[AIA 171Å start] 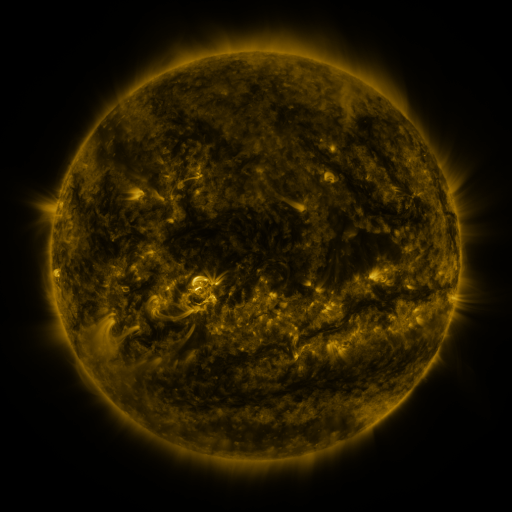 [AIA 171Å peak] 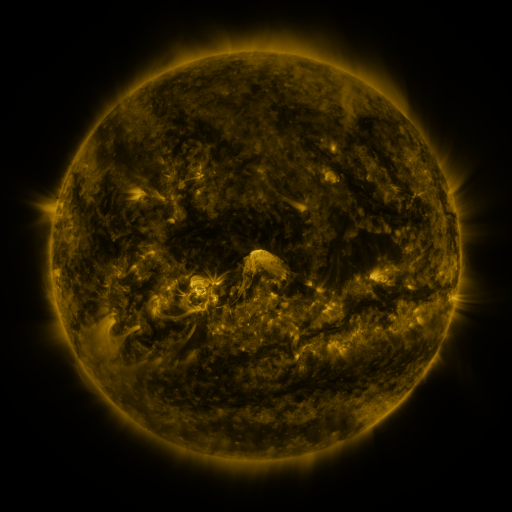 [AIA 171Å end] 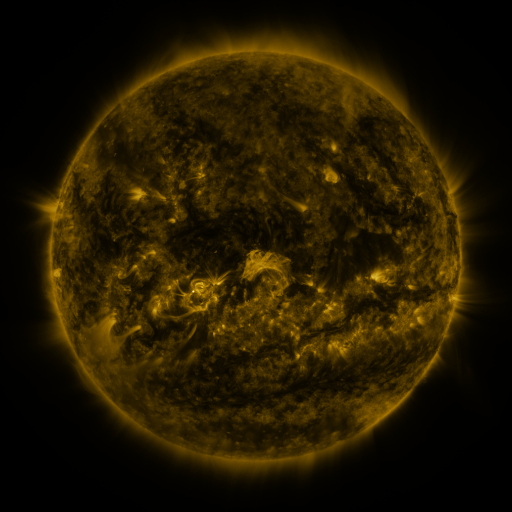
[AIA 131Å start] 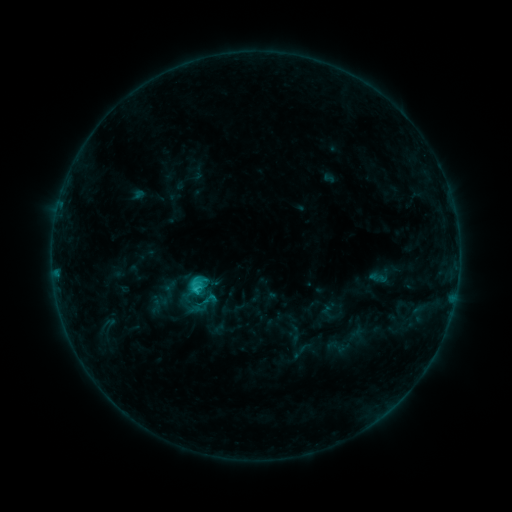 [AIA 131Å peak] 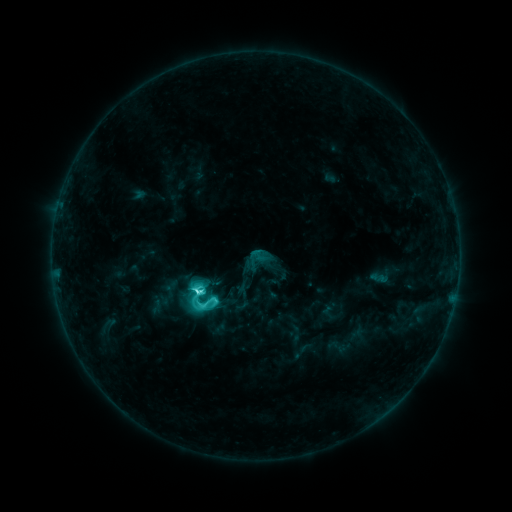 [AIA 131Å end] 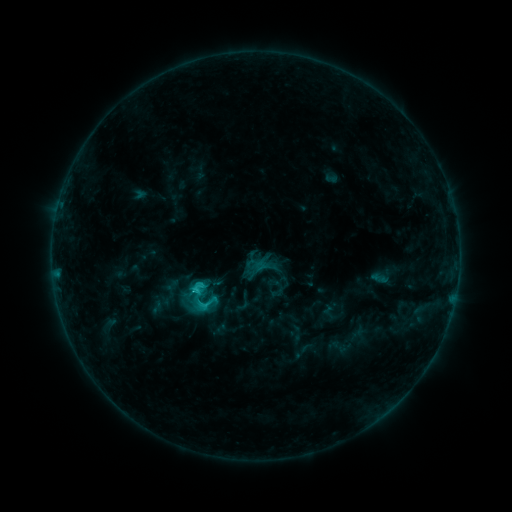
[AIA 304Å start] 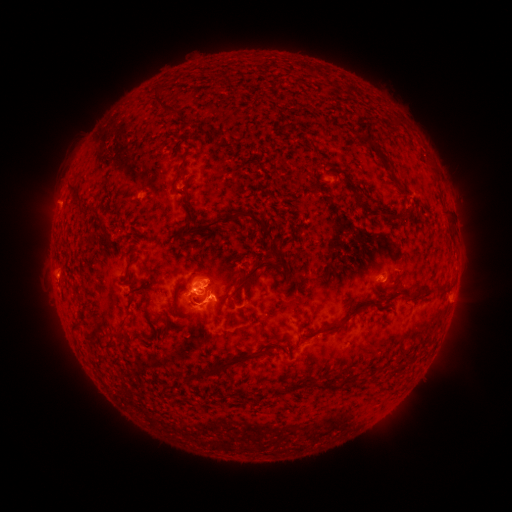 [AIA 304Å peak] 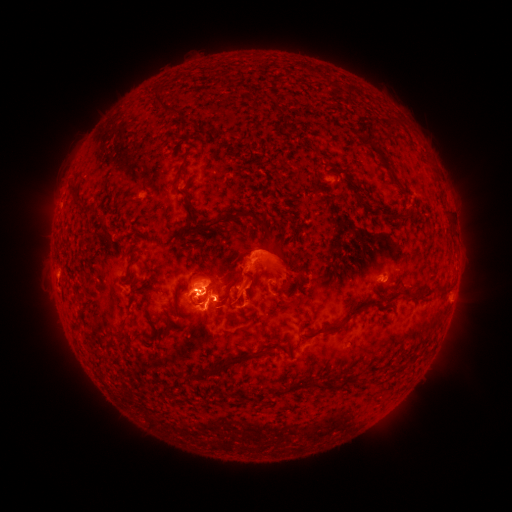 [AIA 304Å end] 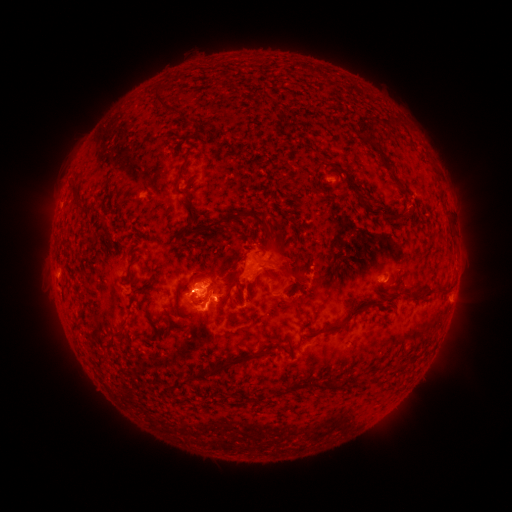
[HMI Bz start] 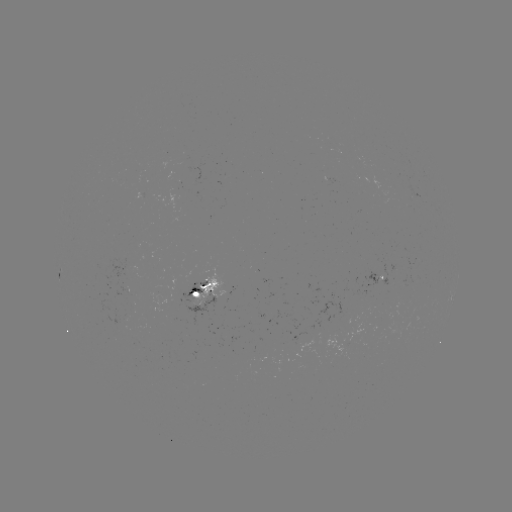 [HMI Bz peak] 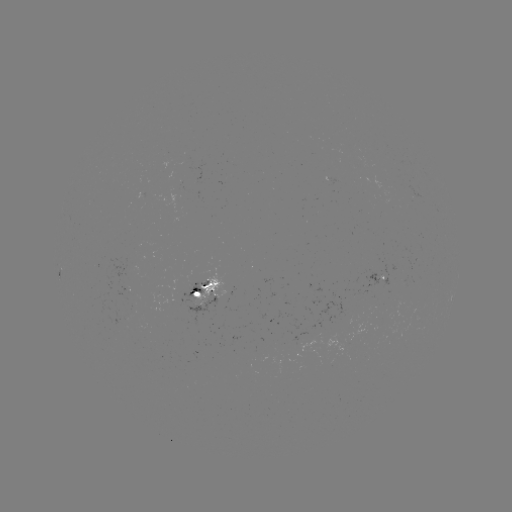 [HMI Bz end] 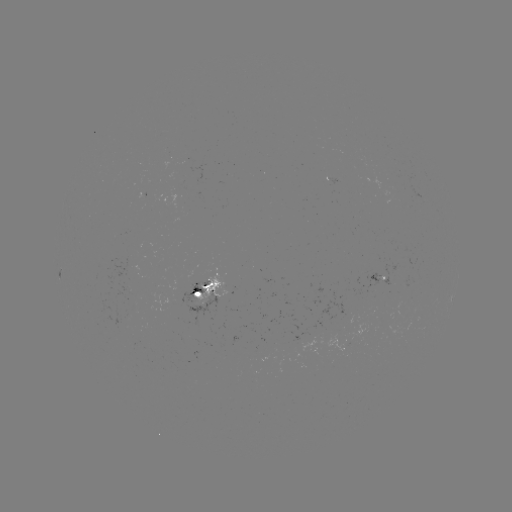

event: eruption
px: (252, 275)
